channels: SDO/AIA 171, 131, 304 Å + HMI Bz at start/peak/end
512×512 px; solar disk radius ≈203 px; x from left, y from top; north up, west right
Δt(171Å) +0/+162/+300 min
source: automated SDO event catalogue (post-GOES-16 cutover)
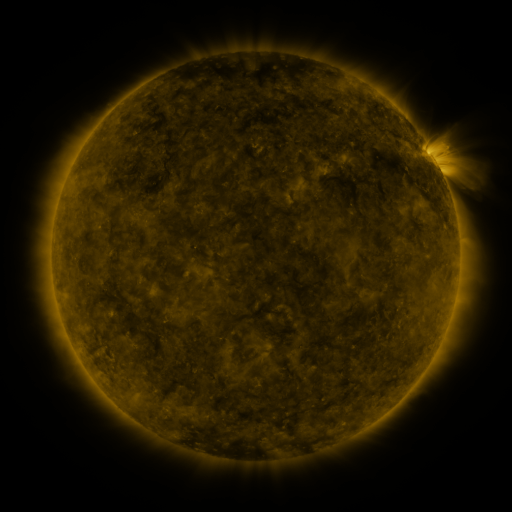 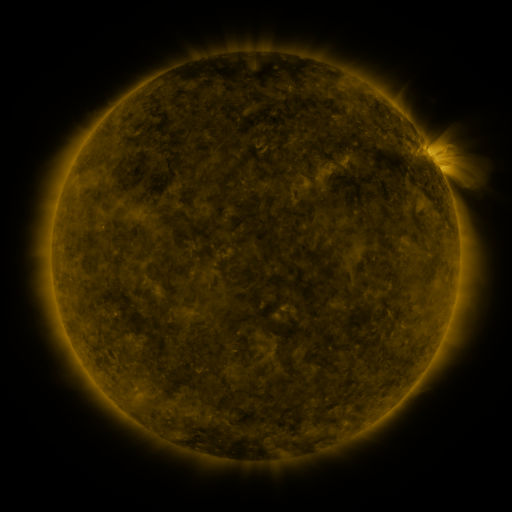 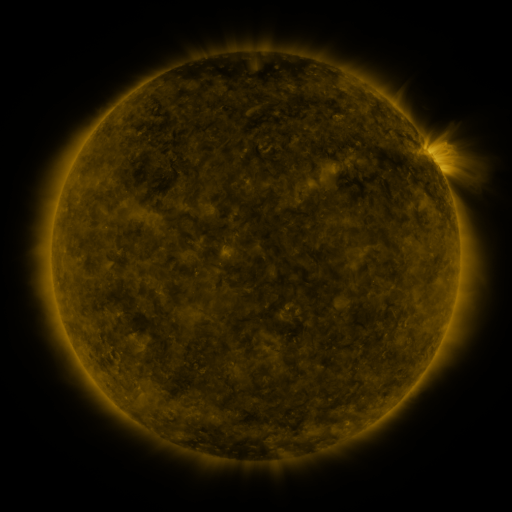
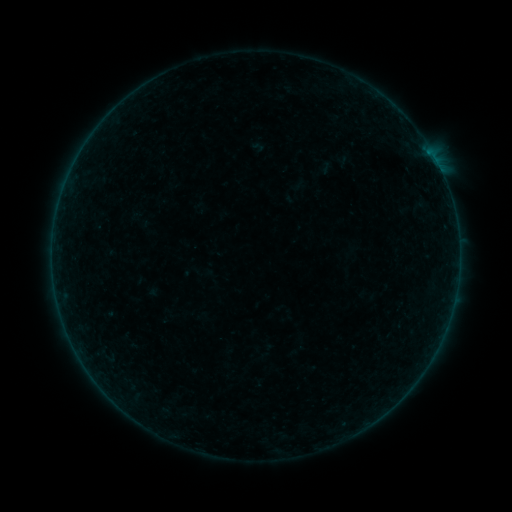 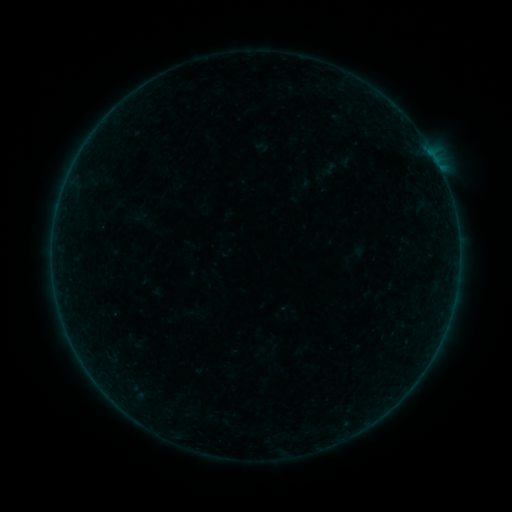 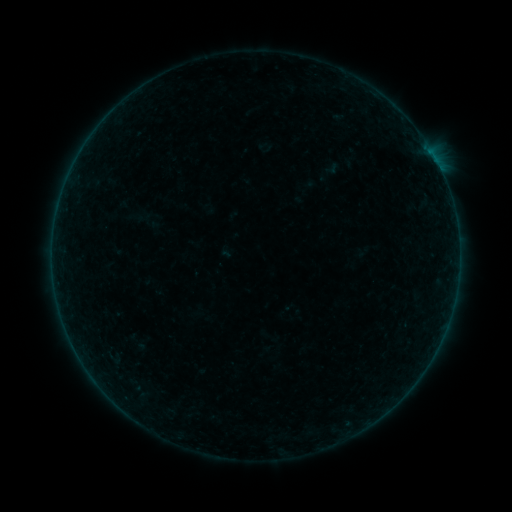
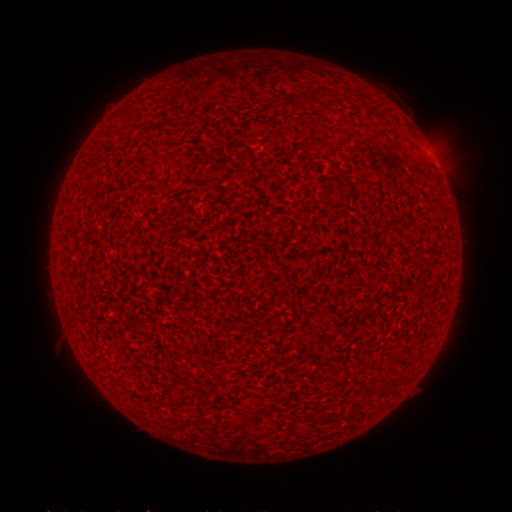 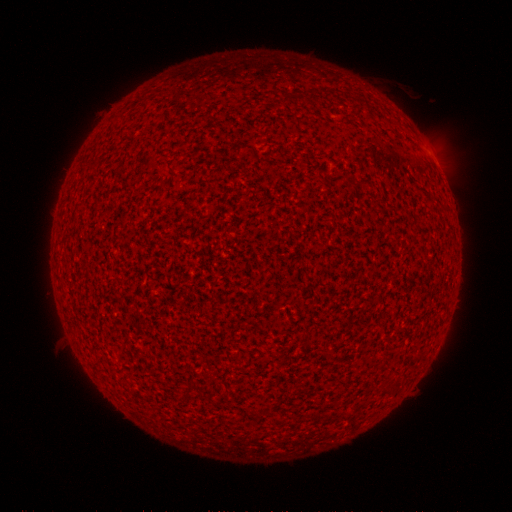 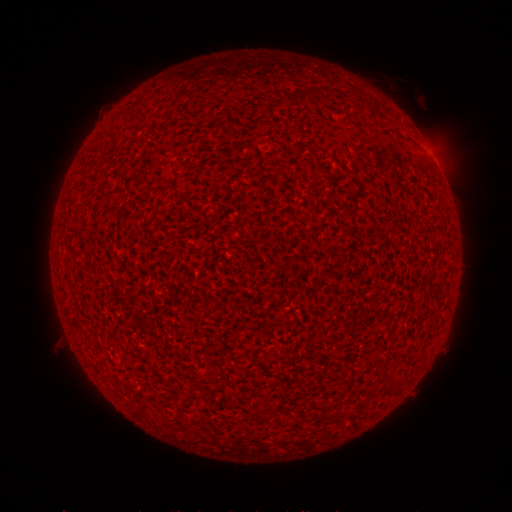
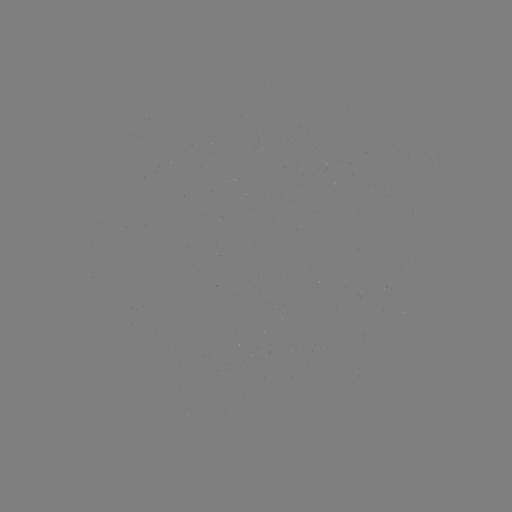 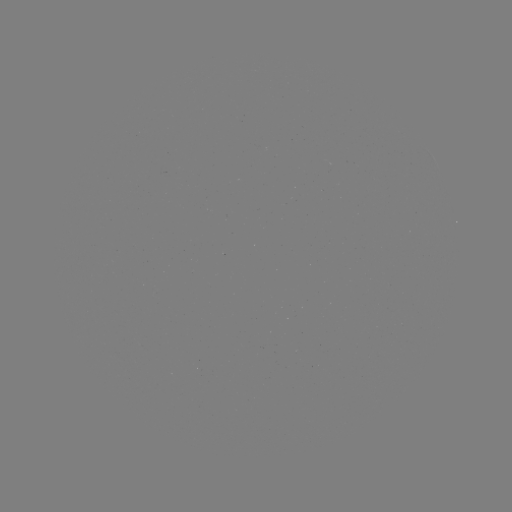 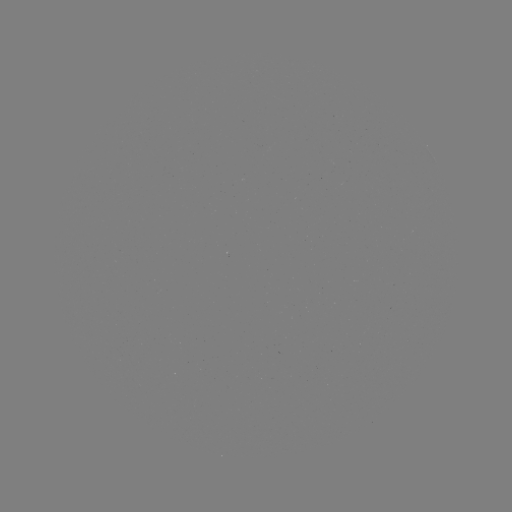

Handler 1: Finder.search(A8.2 flare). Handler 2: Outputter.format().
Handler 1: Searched A8.2 flare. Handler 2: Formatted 433,159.